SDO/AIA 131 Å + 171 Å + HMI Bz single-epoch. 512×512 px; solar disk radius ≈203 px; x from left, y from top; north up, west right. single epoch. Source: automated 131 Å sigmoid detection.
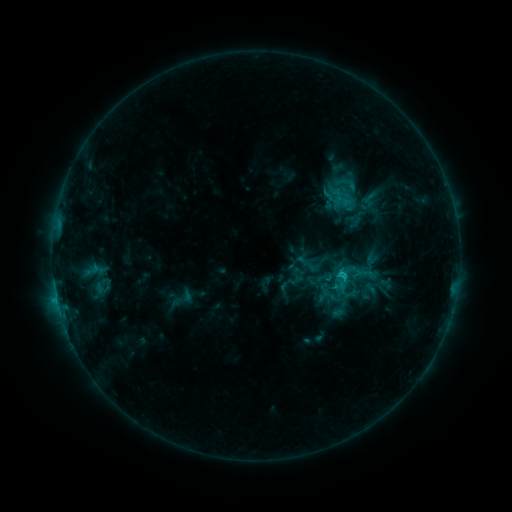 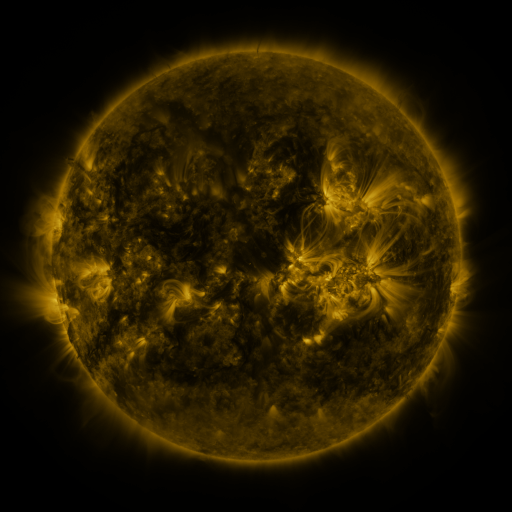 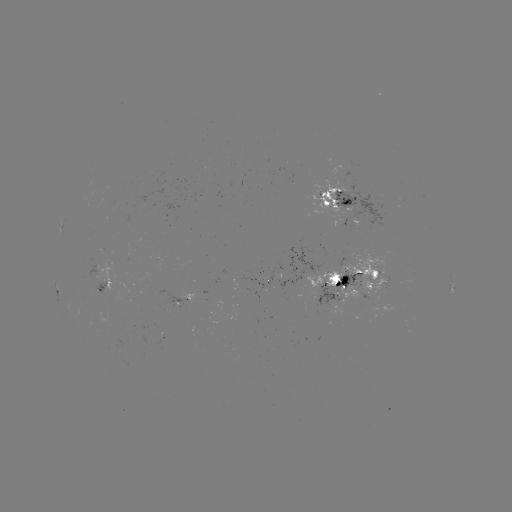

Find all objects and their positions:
sigmoid: (348, 183)
sigmoid: (370, 198)
sigmoid: (348, 272)
